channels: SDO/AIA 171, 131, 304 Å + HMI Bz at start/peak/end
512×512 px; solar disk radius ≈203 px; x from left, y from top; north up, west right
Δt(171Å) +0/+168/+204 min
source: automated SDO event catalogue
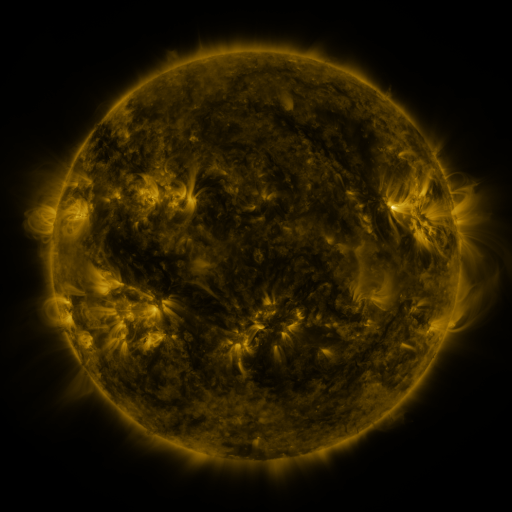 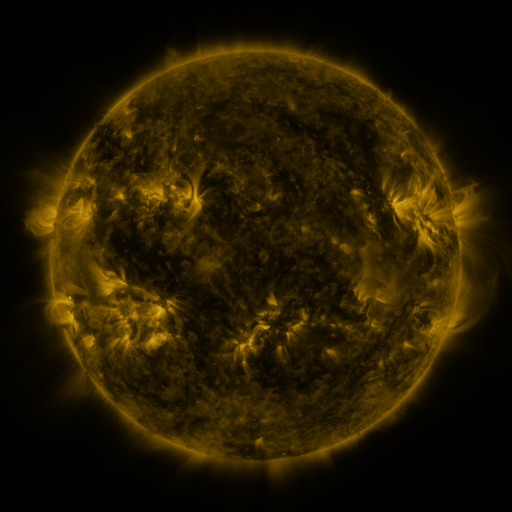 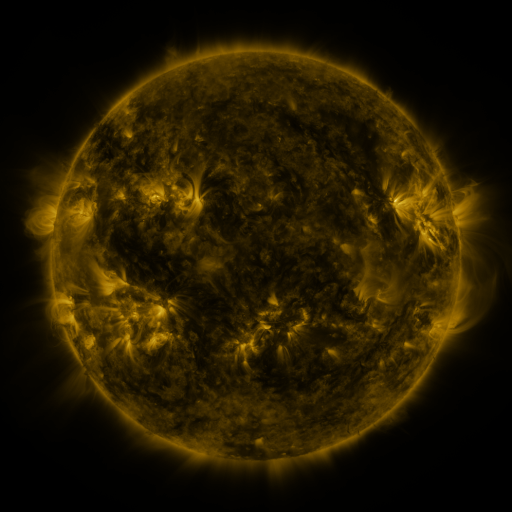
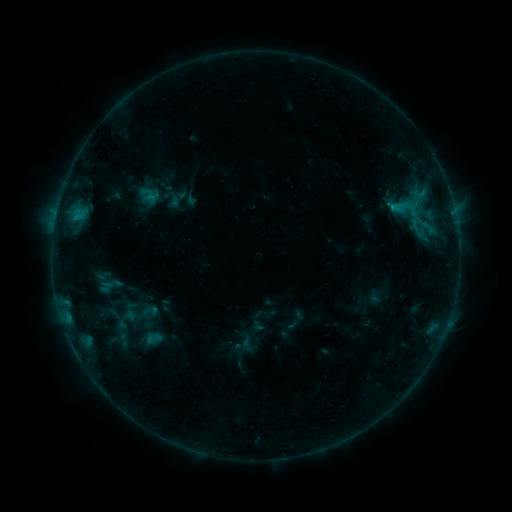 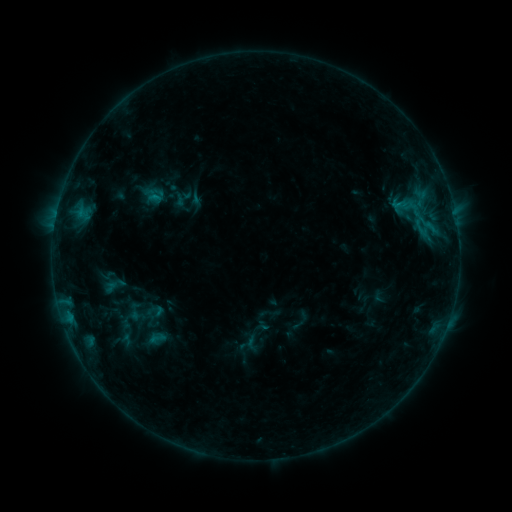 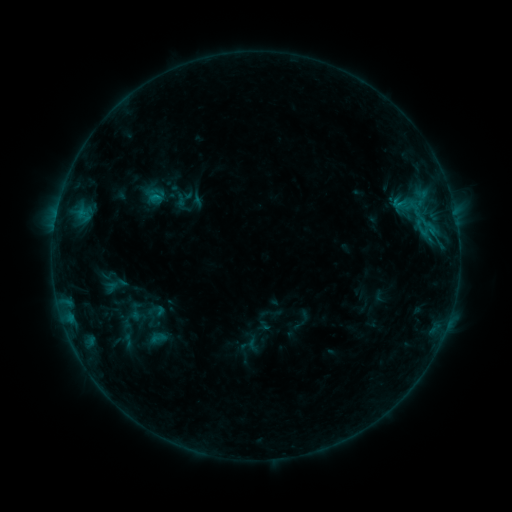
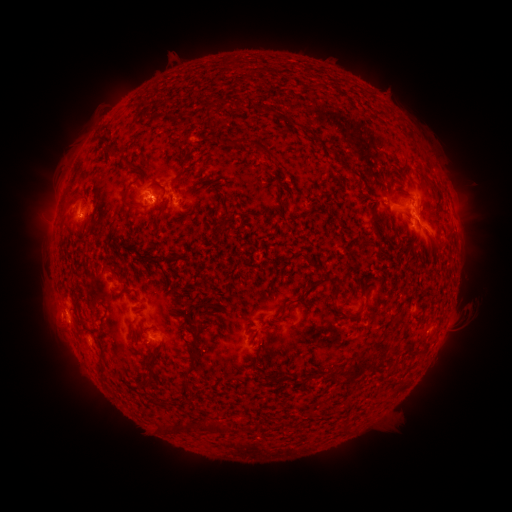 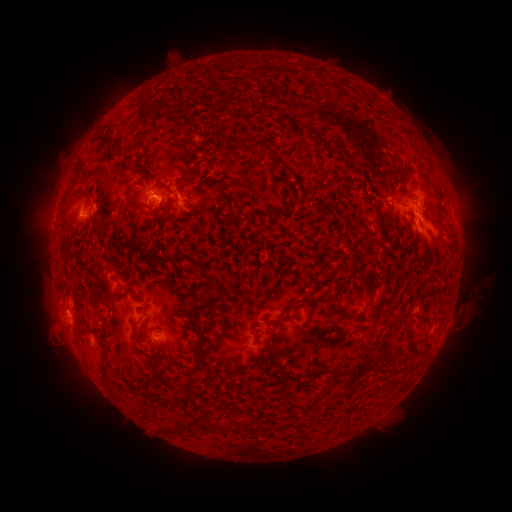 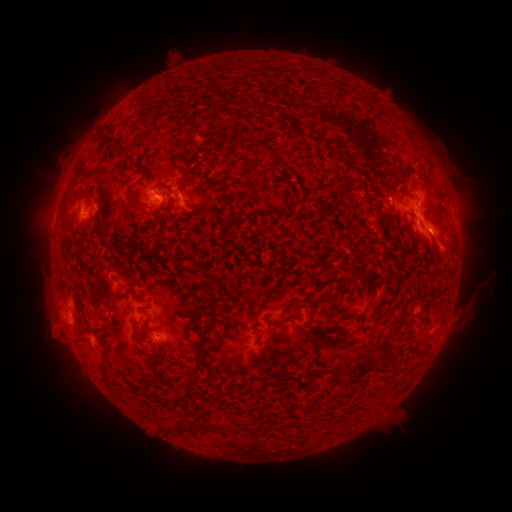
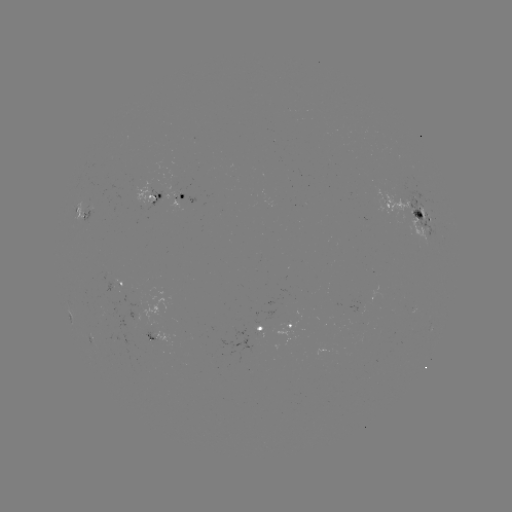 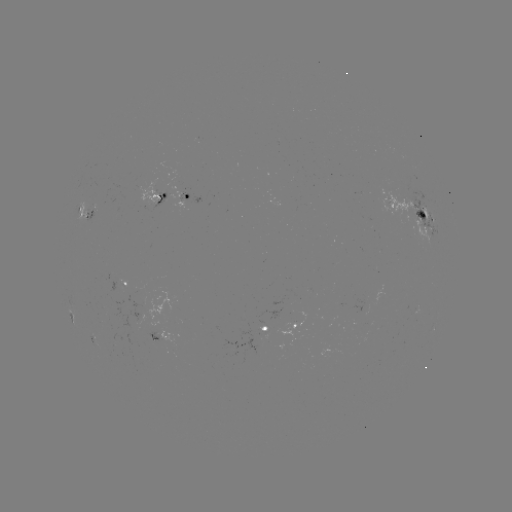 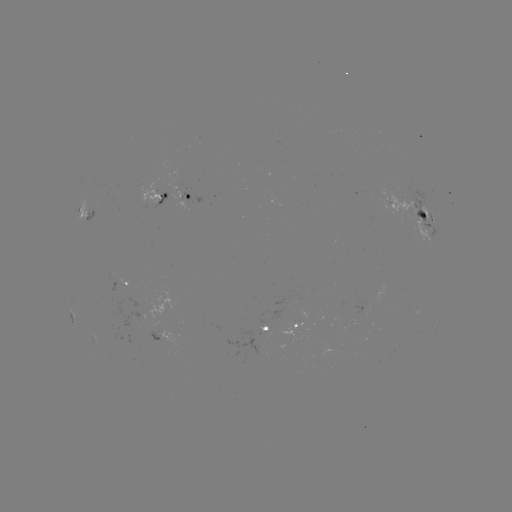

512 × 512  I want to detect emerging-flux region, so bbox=[138, 185, 155, 208].